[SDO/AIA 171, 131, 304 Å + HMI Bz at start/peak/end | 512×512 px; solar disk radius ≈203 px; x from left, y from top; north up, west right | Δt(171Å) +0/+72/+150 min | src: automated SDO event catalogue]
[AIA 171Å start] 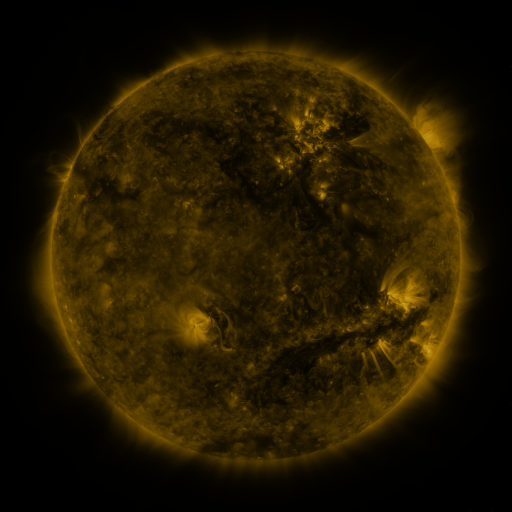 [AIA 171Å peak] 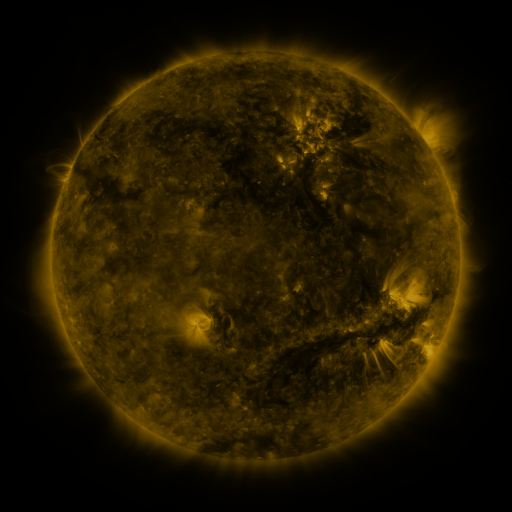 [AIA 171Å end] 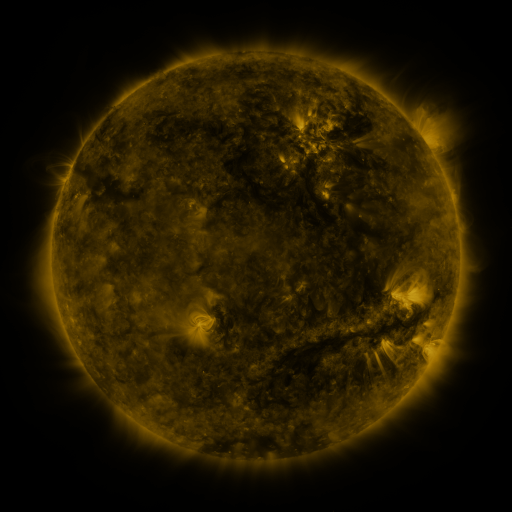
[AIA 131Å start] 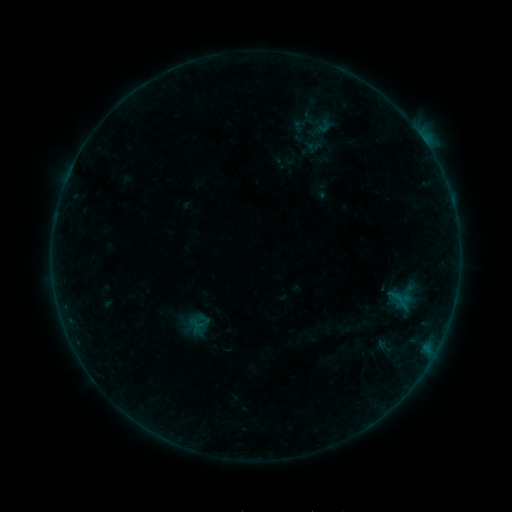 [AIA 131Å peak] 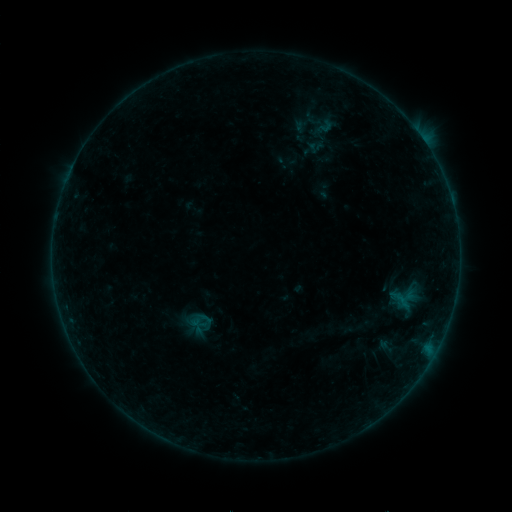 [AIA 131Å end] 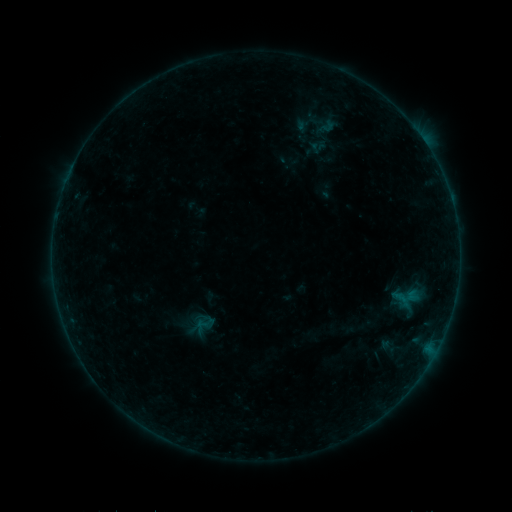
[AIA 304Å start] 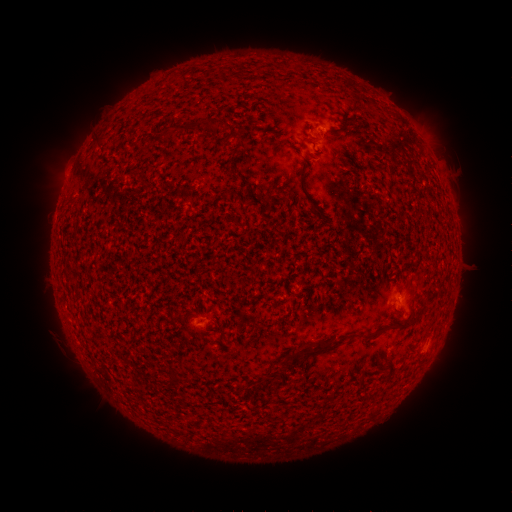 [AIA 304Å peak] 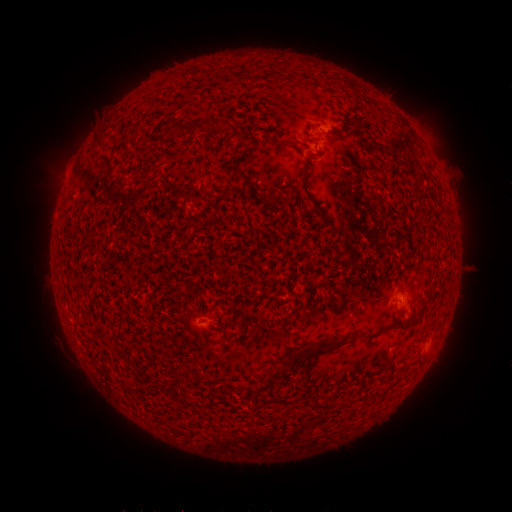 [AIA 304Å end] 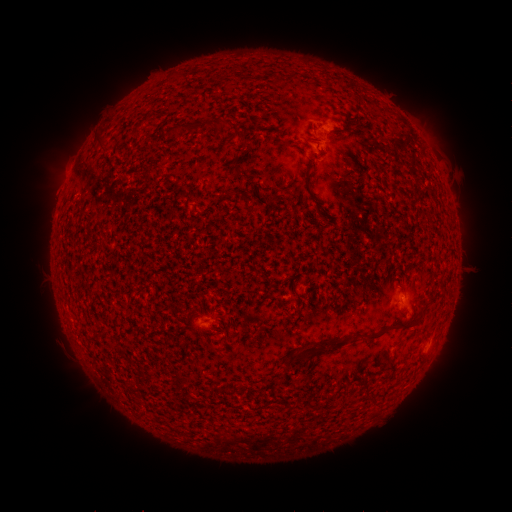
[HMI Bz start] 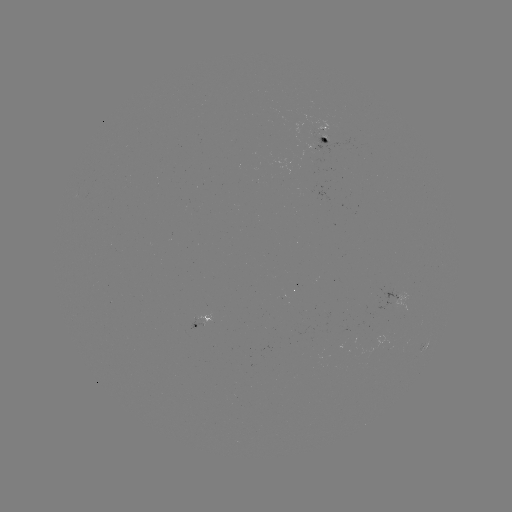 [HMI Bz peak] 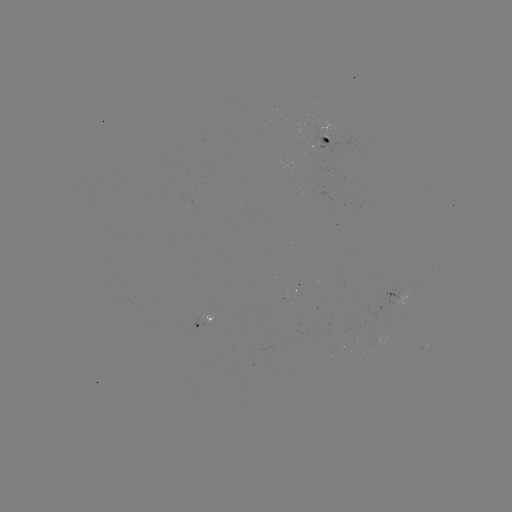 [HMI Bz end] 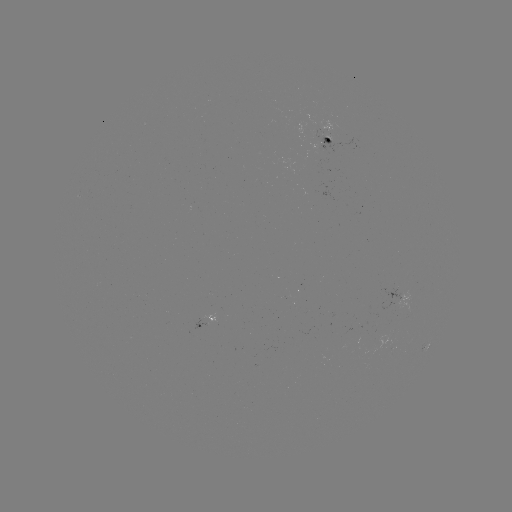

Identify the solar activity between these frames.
filament eruption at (241, 385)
